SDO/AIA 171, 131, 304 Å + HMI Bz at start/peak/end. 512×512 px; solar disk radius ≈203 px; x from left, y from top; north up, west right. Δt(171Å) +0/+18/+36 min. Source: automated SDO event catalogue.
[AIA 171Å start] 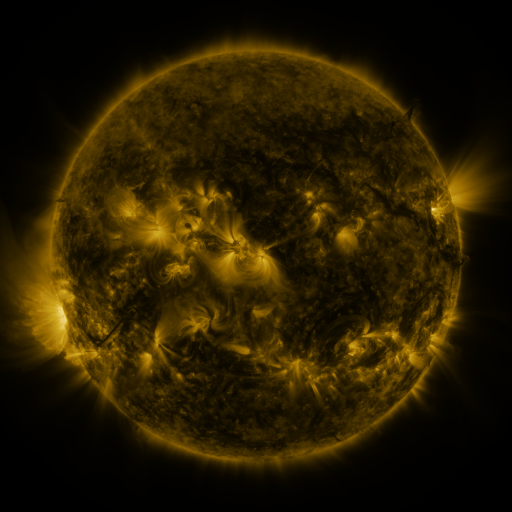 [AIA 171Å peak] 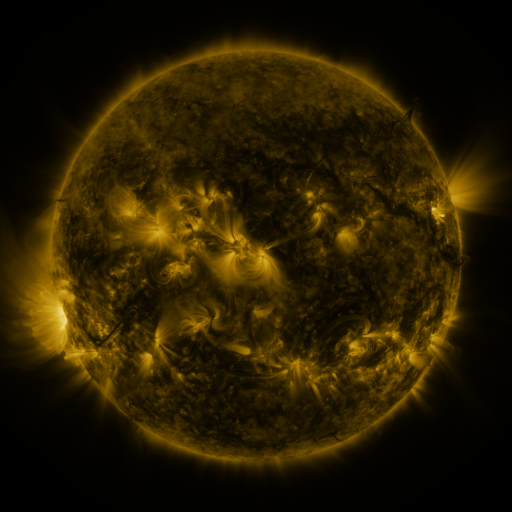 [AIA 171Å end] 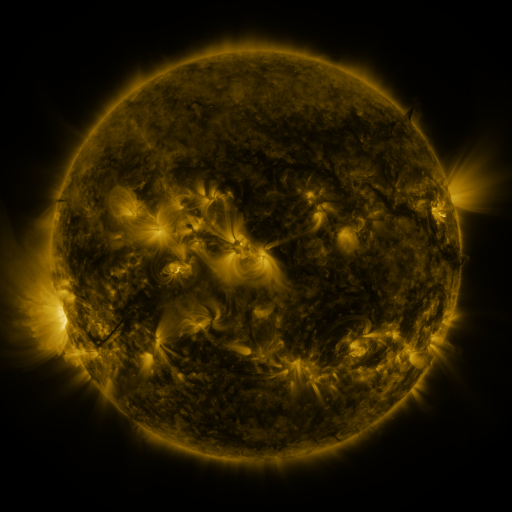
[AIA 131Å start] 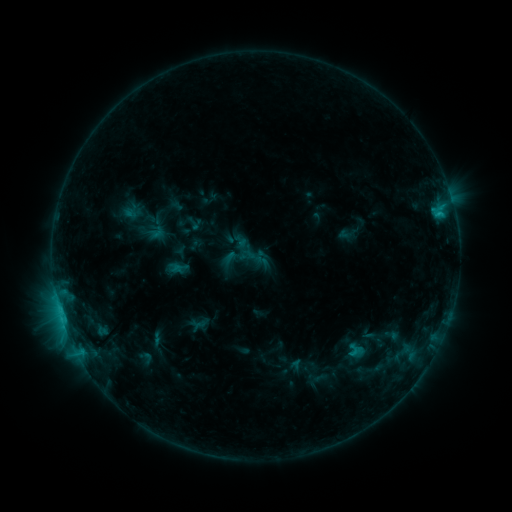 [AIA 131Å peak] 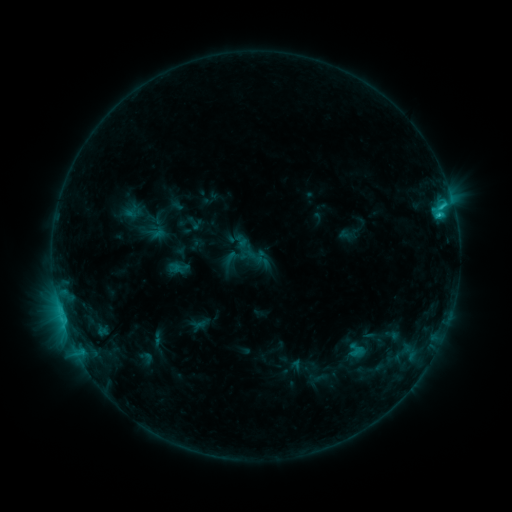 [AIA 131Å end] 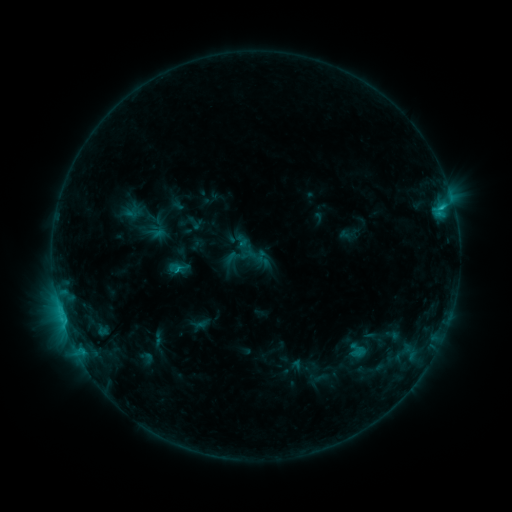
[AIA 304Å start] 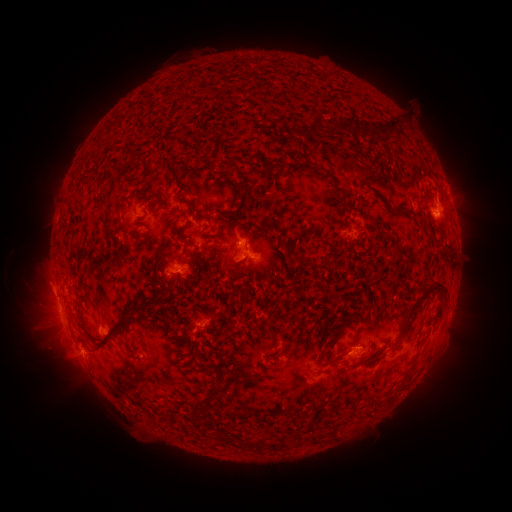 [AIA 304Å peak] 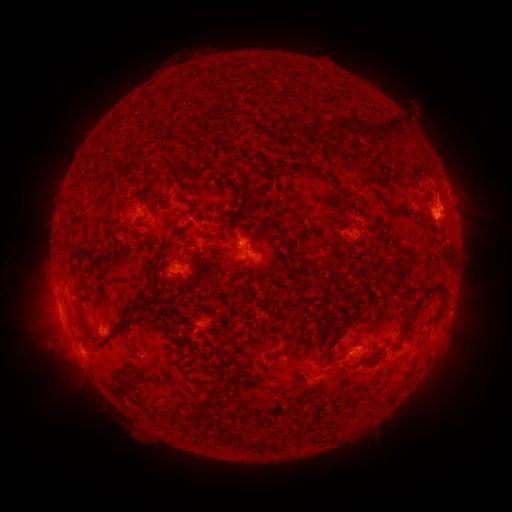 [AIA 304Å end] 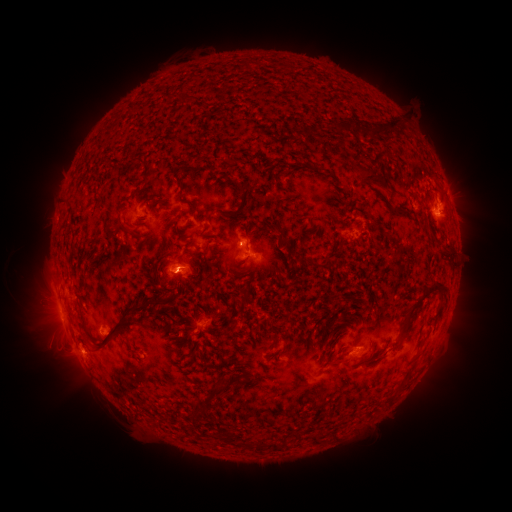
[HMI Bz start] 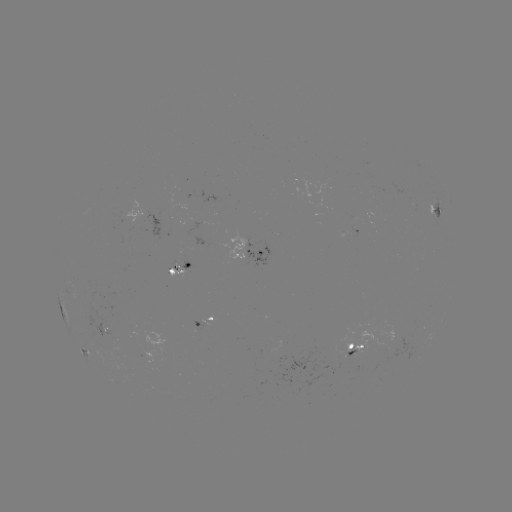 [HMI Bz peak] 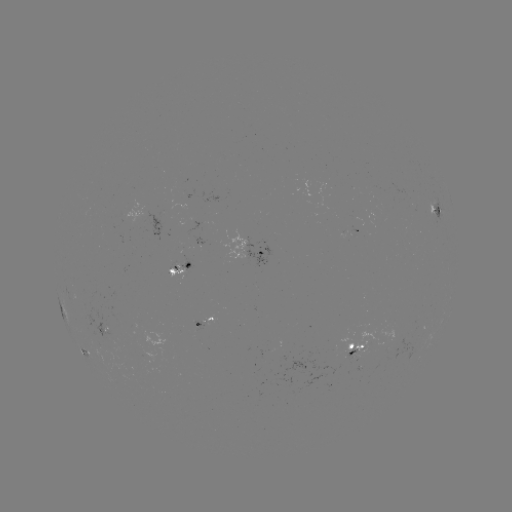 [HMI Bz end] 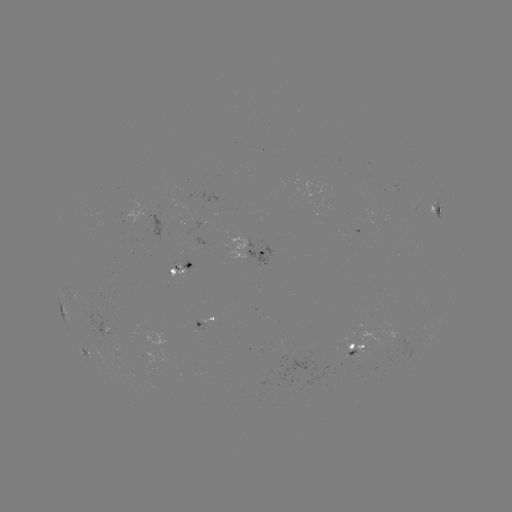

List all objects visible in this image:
C1.9 flare: (442, 207)
